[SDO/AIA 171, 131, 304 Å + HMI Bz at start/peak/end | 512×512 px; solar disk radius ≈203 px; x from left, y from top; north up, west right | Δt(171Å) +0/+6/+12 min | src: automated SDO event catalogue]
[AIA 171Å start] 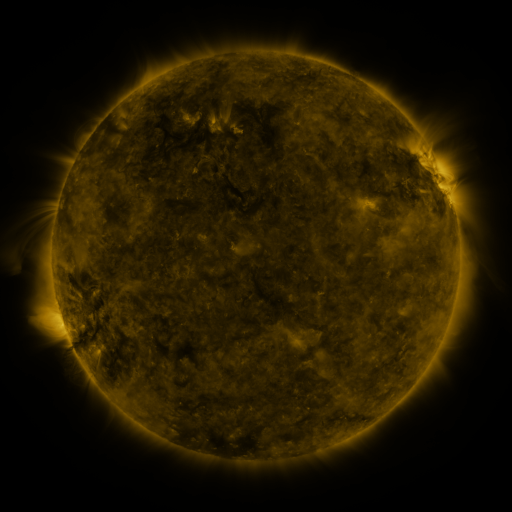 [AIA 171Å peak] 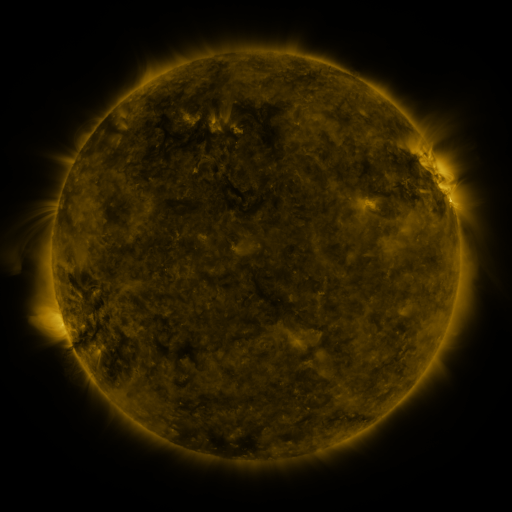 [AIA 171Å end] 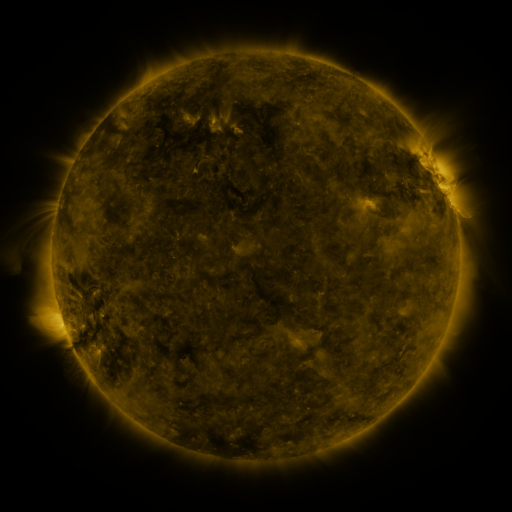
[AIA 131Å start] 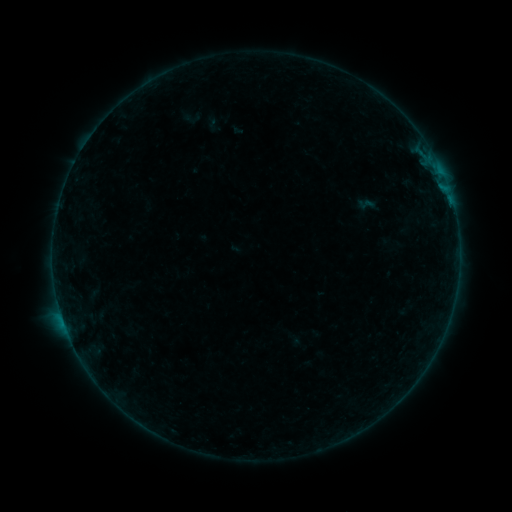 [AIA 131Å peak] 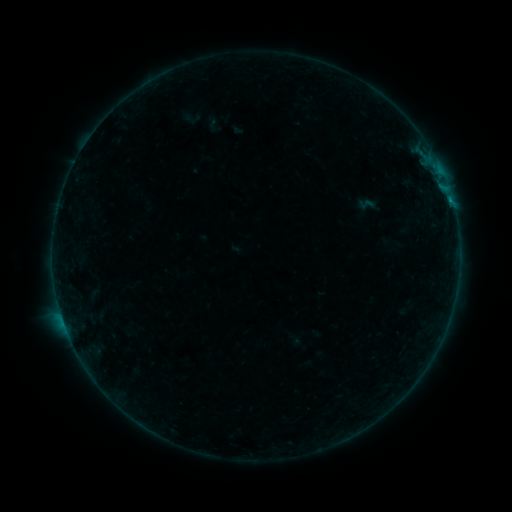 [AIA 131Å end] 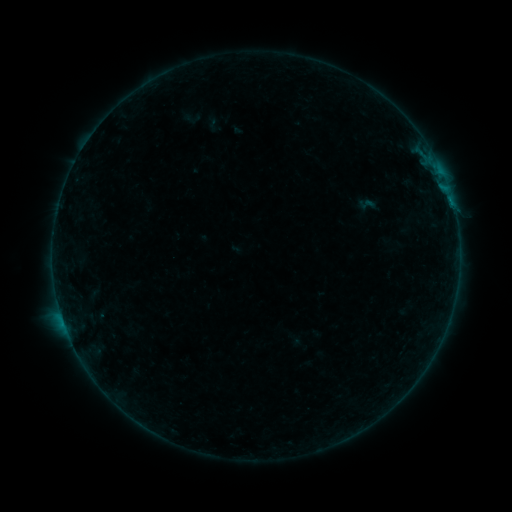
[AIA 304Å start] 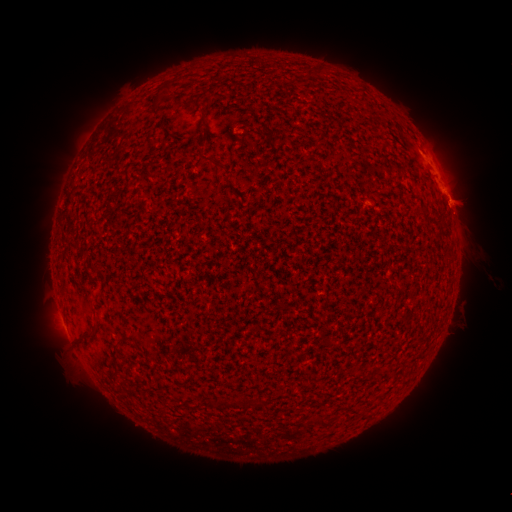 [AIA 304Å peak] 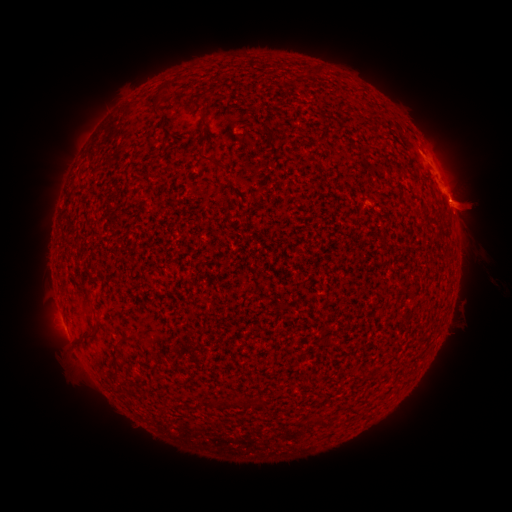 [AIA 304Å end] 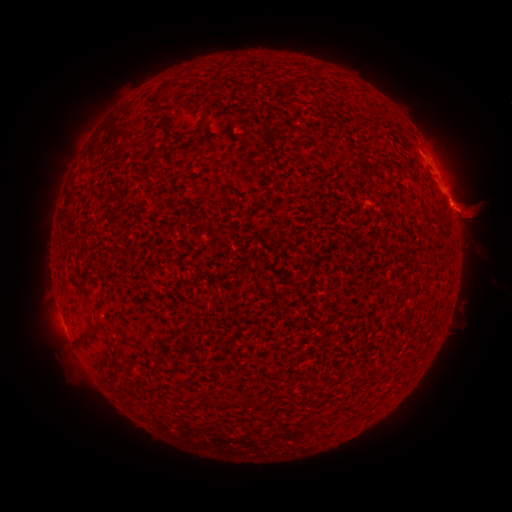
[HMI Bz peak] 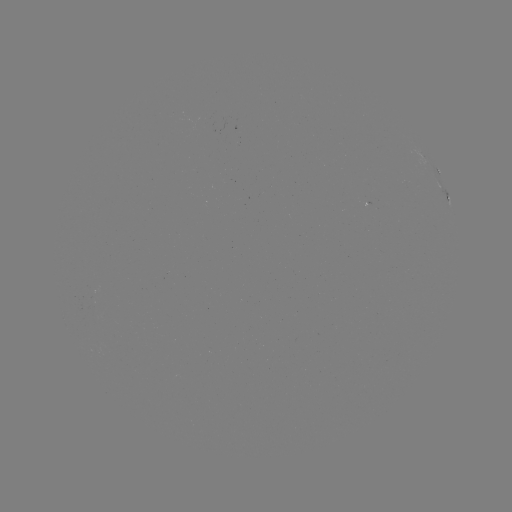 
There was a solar flare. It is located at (452, 202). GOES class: B1.1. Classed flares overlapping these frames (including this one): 1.